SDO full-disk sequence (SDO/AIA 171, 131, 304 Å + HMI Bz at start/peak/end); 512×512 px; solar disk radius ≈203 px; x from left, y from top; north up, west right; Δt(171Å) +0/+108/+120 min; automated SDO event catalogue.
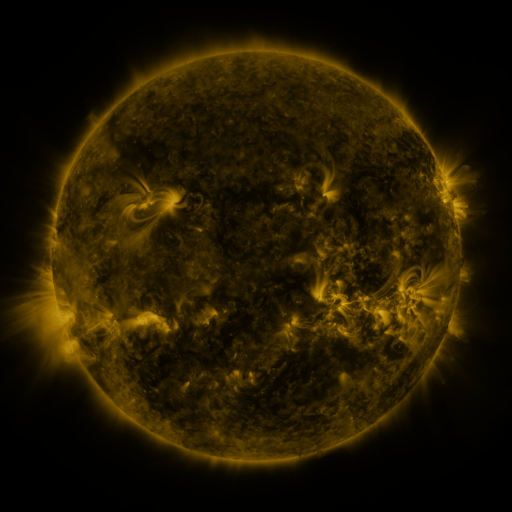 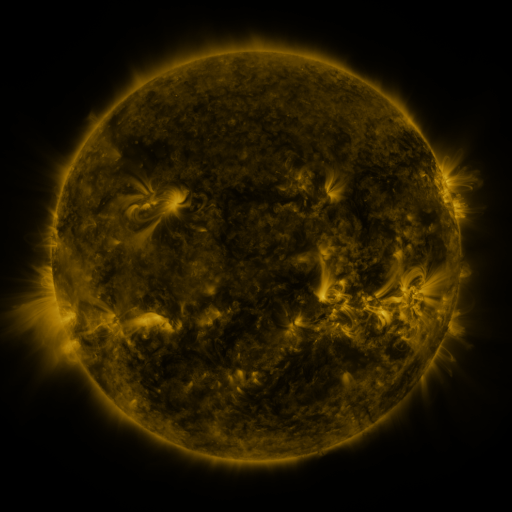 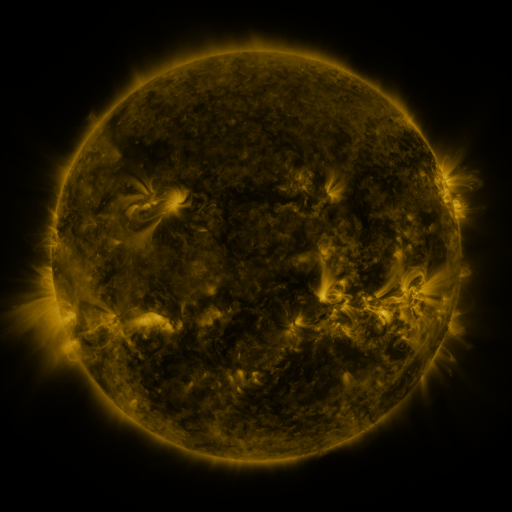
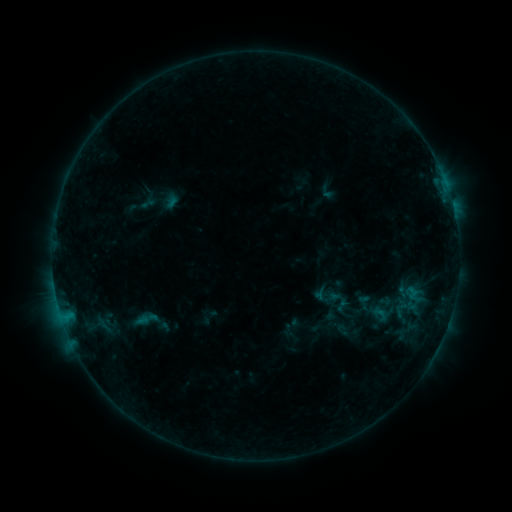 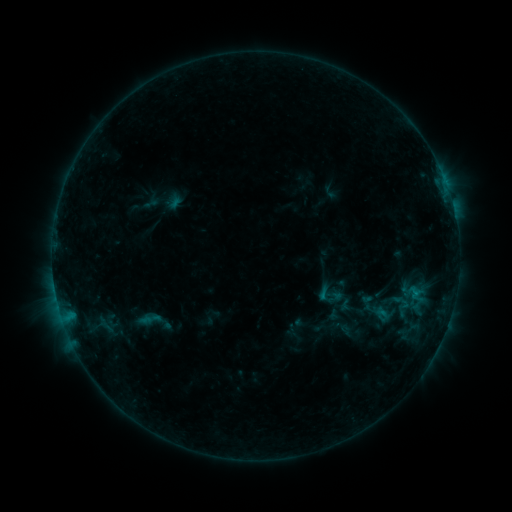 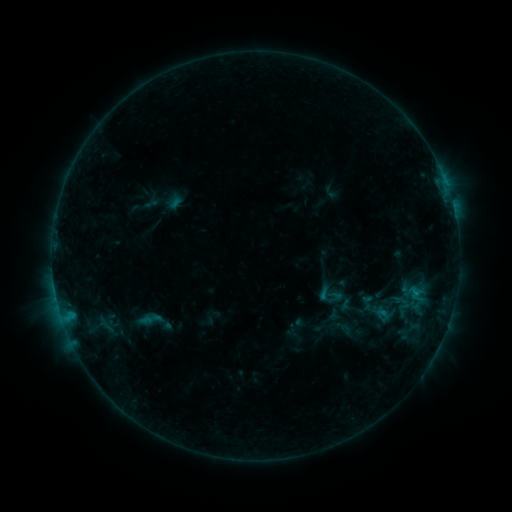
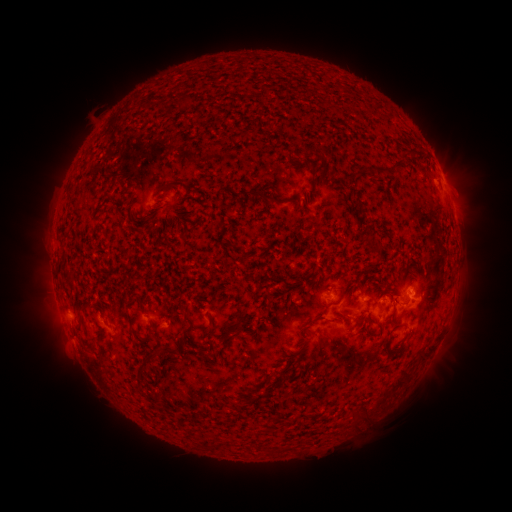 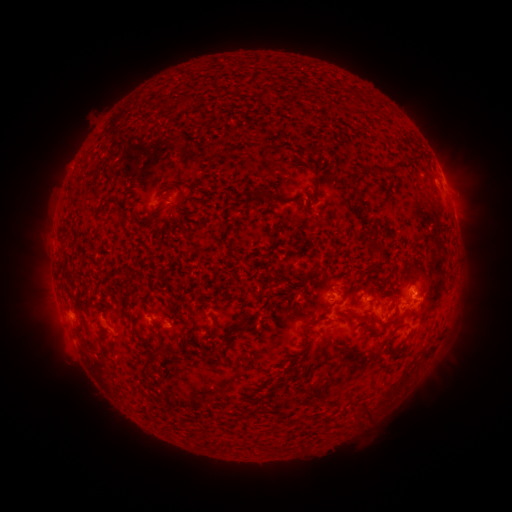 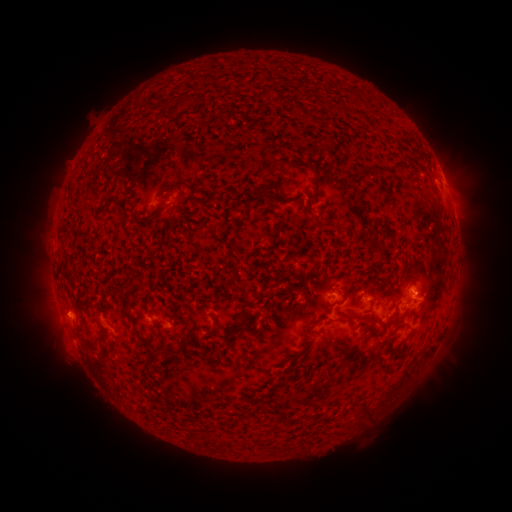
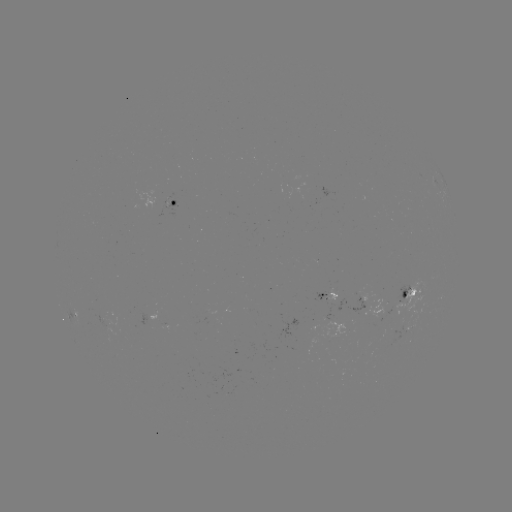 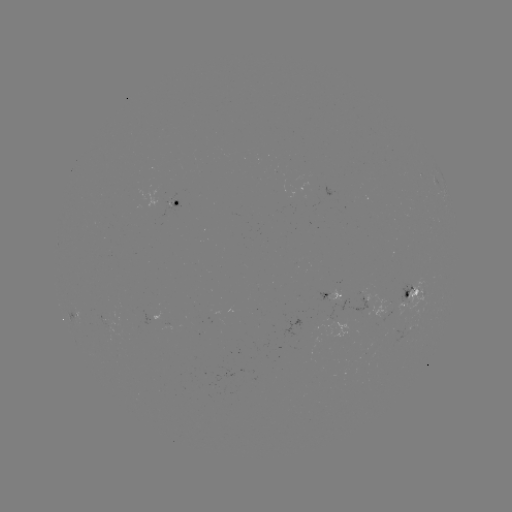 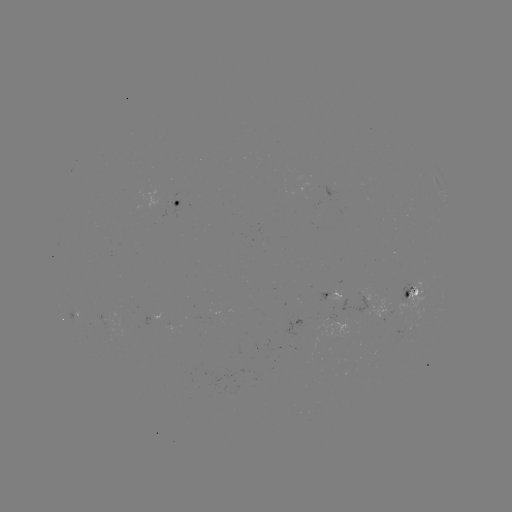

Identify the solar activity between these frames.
emerging-flux region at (411, 298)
